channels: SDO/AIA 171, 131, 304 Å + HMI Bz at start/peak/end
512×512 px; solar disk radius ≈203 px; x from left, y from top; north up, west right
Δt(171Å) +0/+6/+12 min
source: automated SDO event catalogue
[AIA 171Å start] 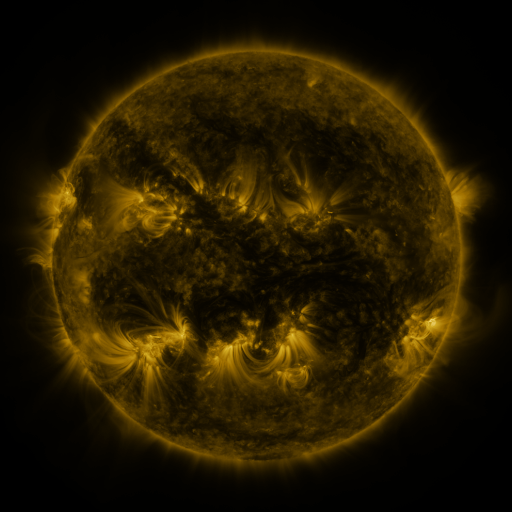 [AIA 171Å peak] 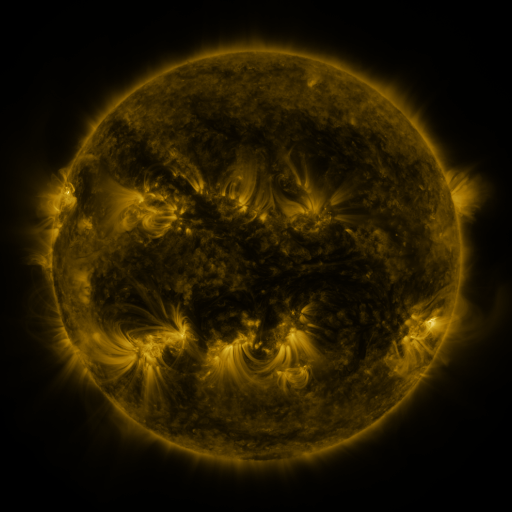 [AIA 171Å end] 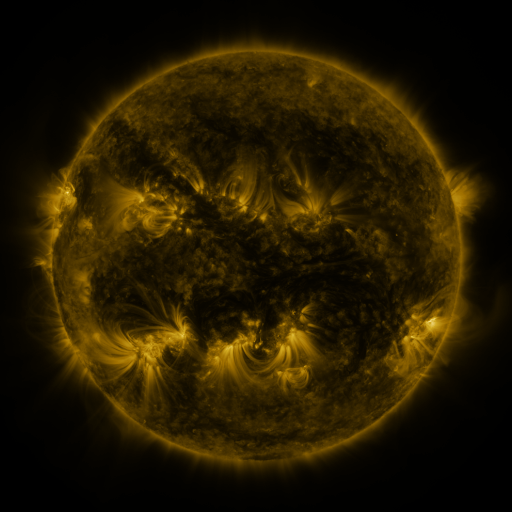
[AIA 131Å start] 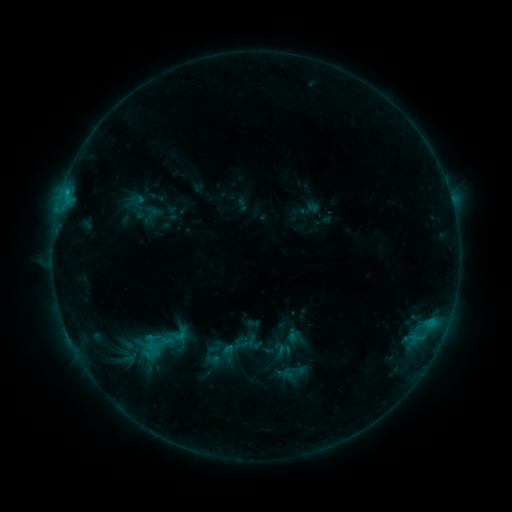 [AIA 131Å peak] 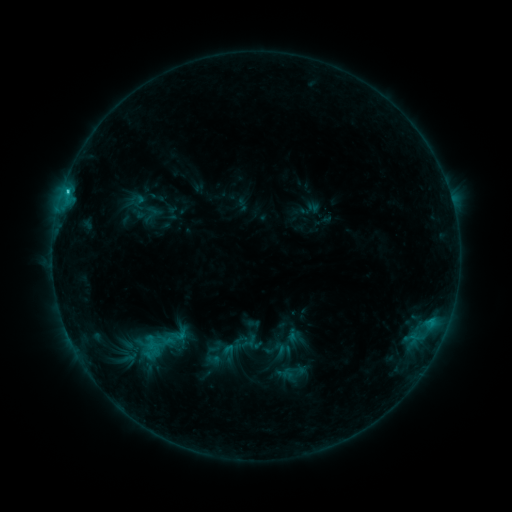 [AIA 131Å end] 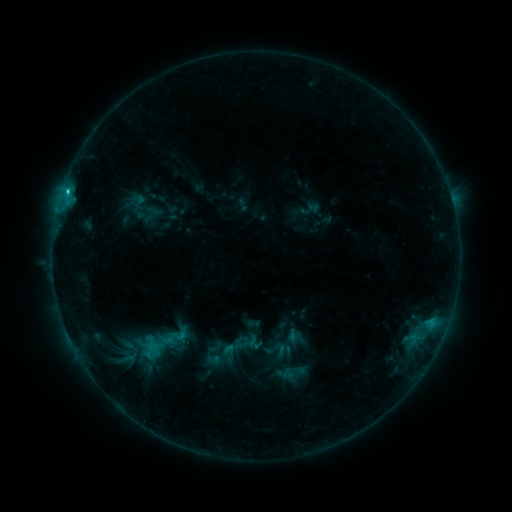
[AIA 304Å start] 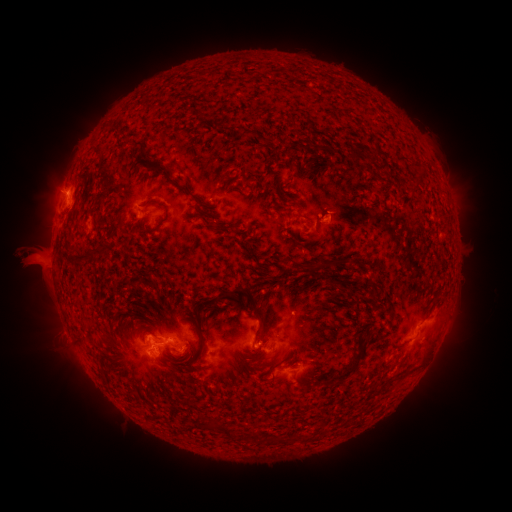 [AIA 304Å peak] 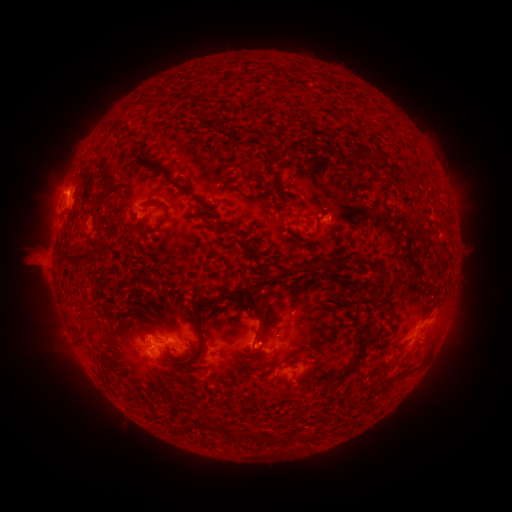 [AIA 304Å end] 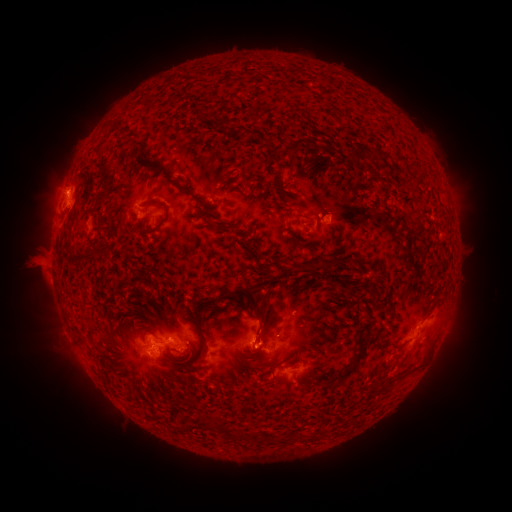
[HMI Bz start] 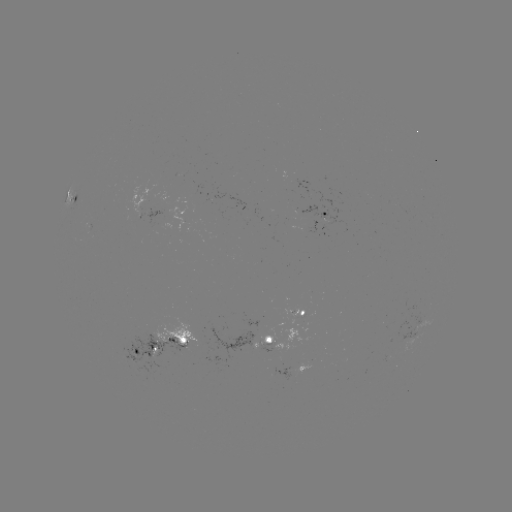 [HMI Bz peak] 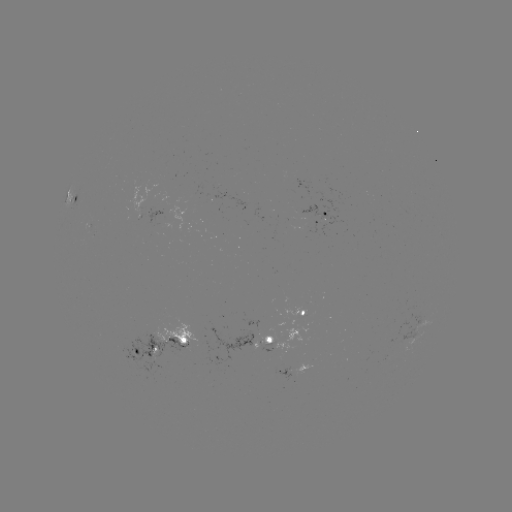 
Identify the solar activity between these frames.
C1.6 flare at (67, 193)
